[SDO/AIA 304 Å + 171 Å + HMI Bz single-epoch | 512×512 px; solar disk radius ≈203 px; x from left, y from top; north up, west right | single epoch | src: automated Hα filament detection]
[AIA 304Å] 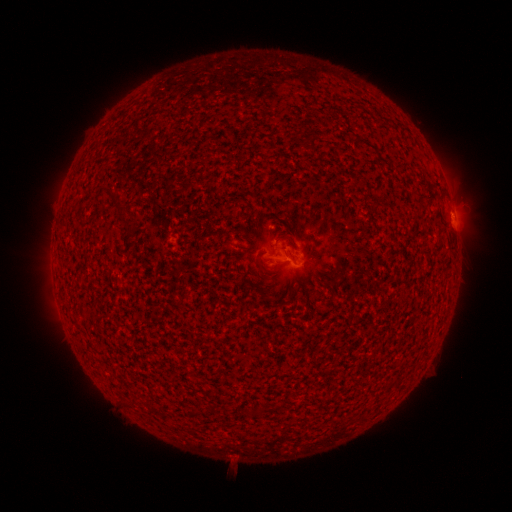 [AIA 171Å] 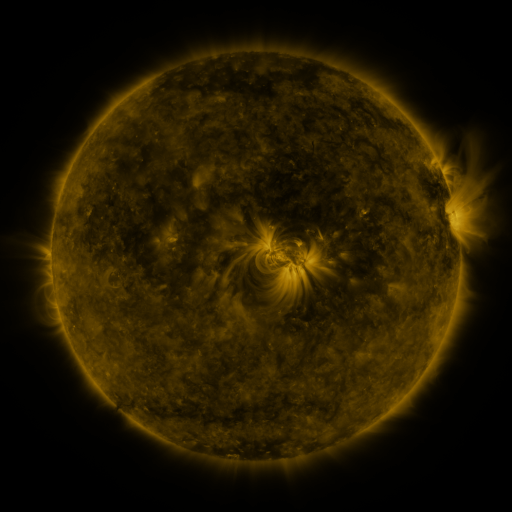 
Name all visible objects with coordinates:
filament: [309, 138, 318, 155]
filament: [114, 200, 129, 212]
filament: [122, 216, 136, 229]
filament: [280, 235, 290, 240]
